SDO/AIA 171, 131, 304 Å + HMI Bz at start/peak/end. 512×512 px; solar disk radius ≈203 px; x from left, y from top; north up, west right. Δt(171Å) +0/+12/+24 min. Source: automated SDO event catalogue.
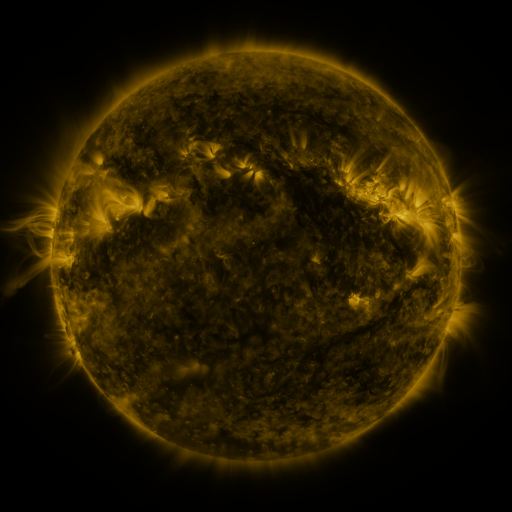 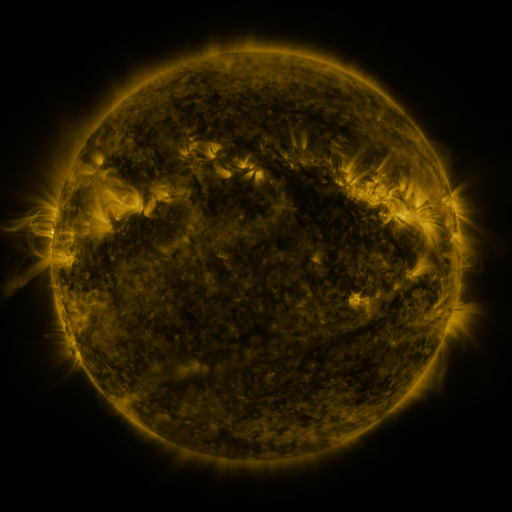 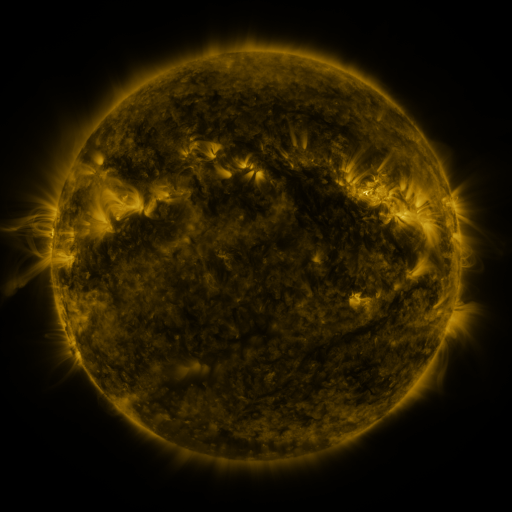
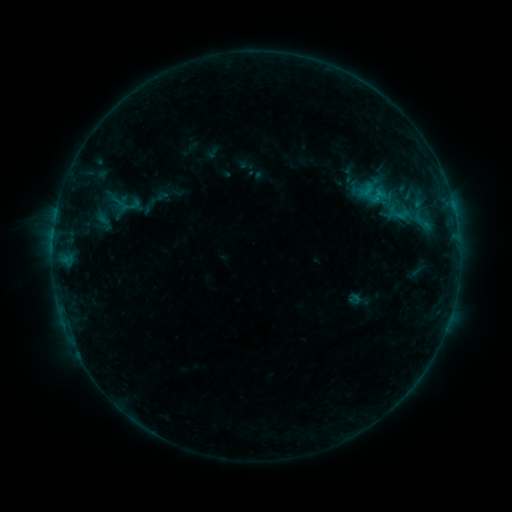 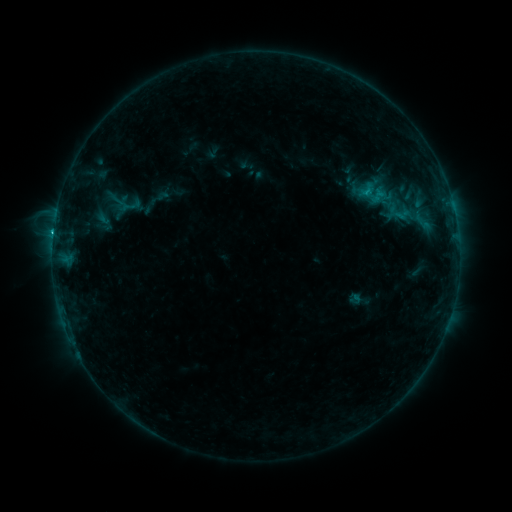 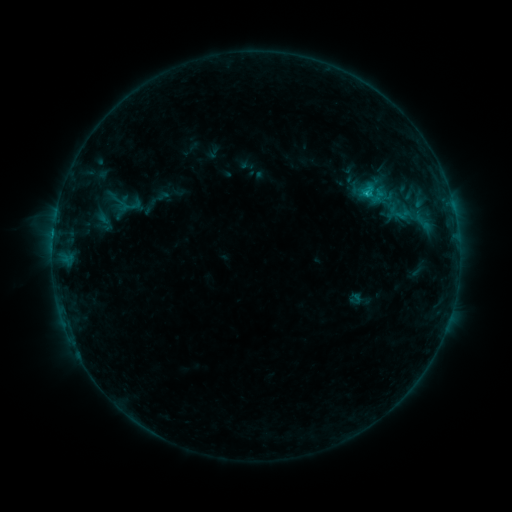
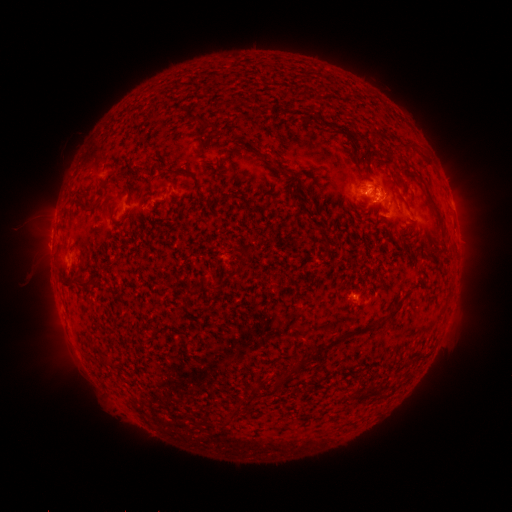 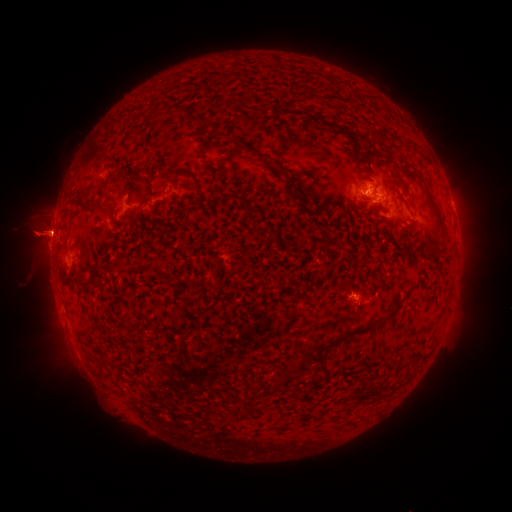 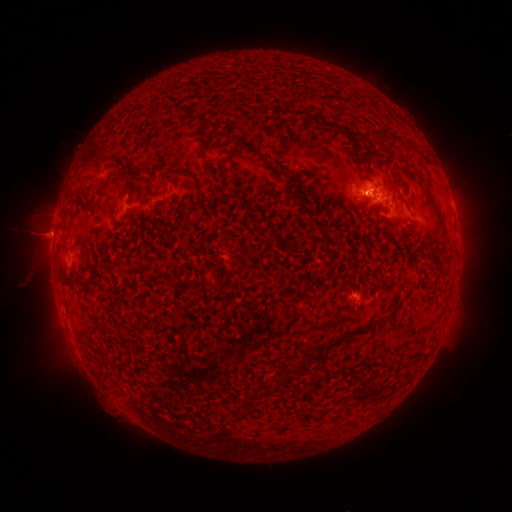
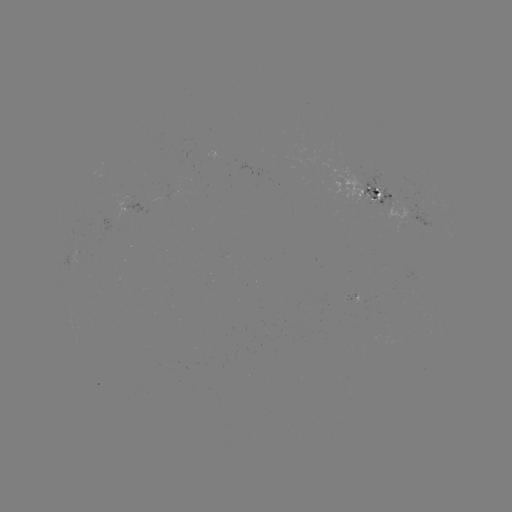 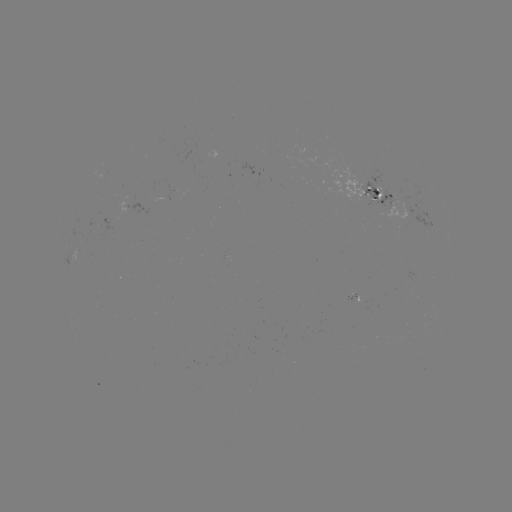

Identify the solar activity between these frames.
C1.1 flare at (54, 234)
